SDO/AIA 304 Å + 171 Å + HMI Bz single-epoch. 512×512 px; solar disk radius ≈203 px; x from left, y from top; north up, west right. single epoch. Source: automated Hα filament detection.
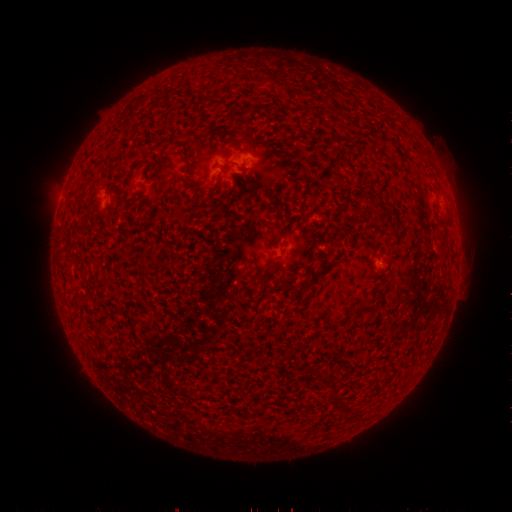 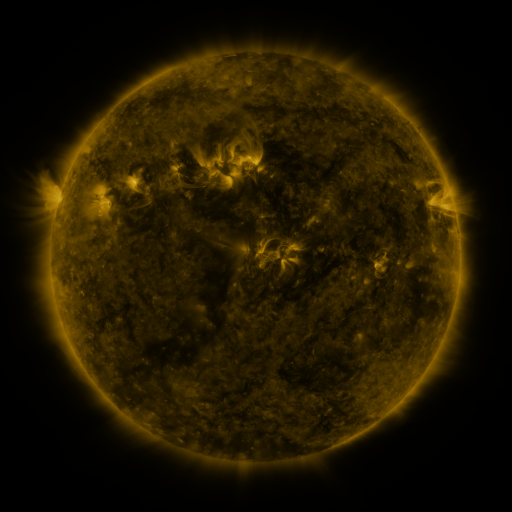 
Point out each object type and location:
filament: (382, 221)
filament: (266, 272)
filament: (306, 289)
filament: (366, 310)
